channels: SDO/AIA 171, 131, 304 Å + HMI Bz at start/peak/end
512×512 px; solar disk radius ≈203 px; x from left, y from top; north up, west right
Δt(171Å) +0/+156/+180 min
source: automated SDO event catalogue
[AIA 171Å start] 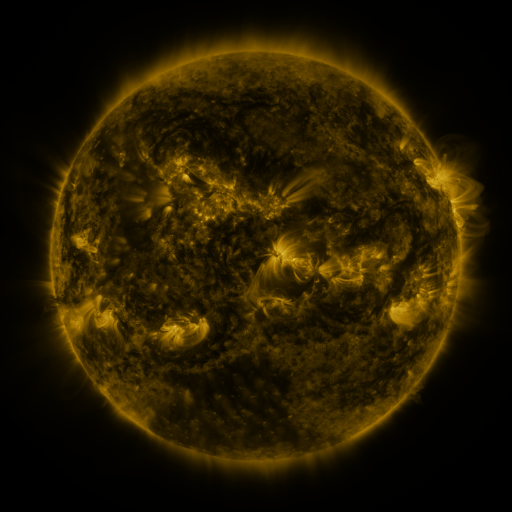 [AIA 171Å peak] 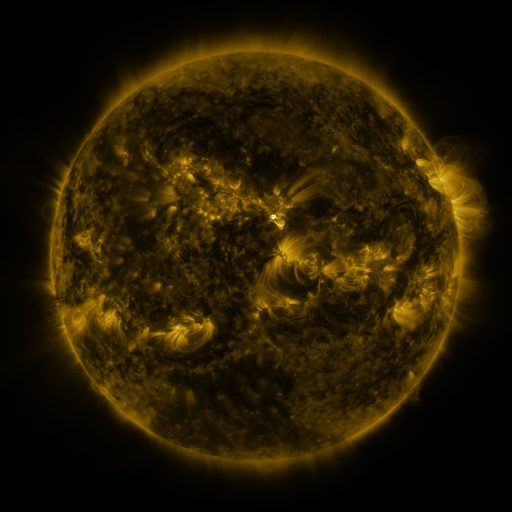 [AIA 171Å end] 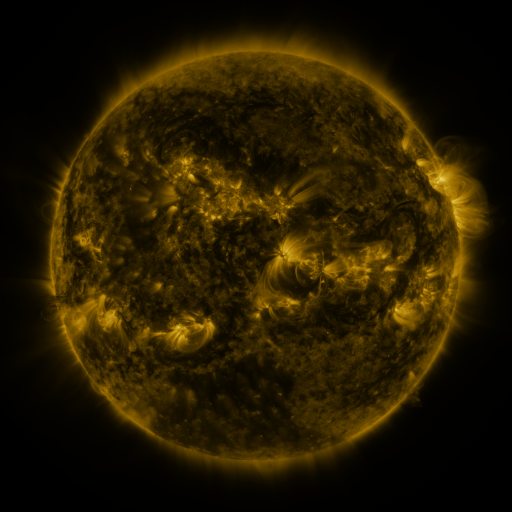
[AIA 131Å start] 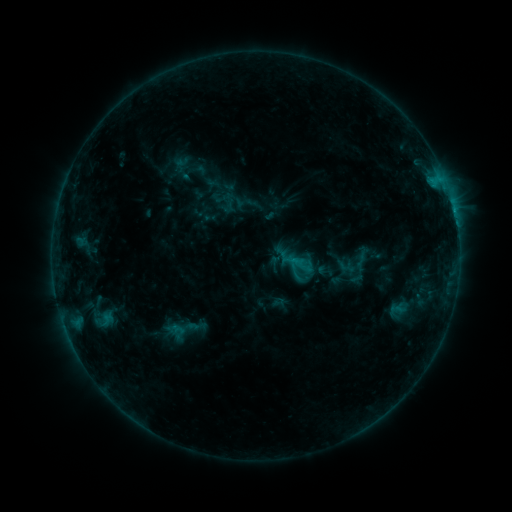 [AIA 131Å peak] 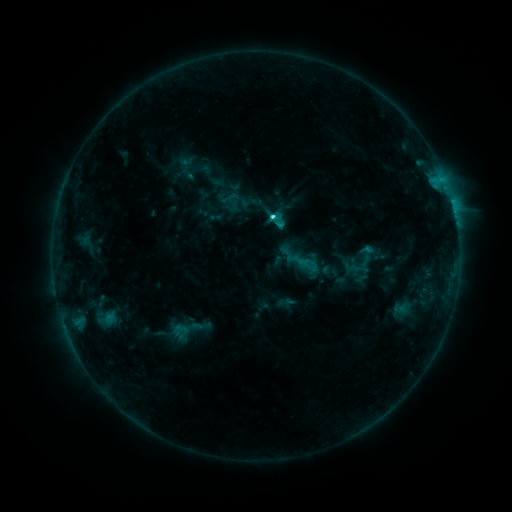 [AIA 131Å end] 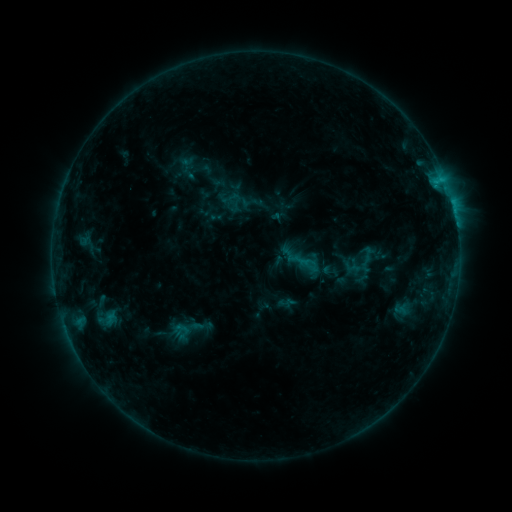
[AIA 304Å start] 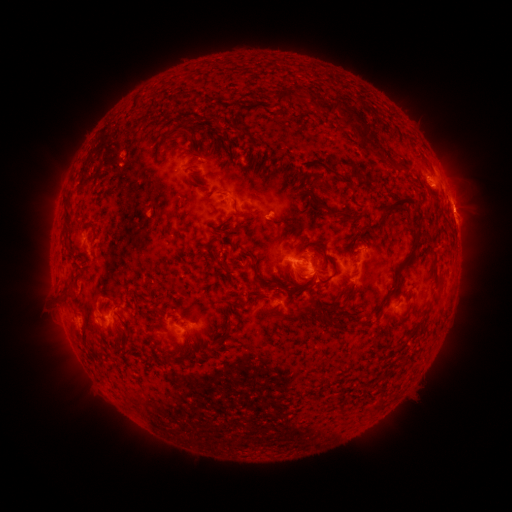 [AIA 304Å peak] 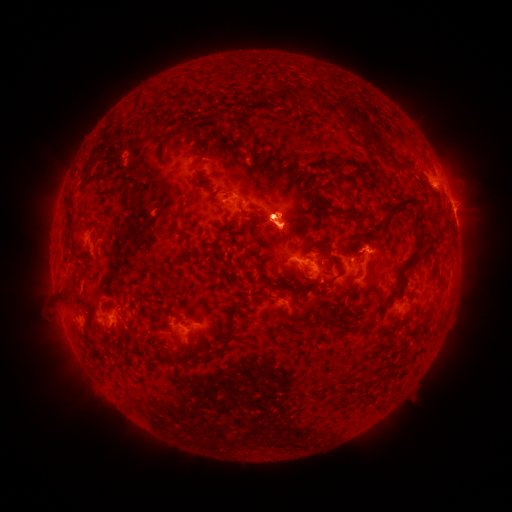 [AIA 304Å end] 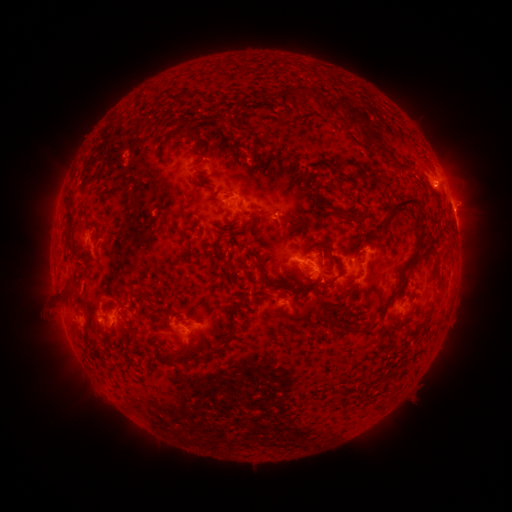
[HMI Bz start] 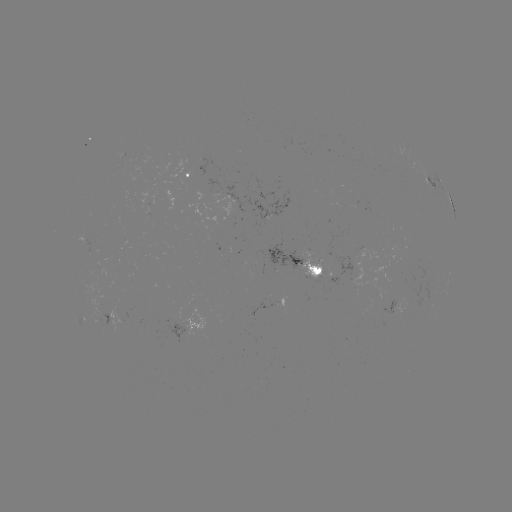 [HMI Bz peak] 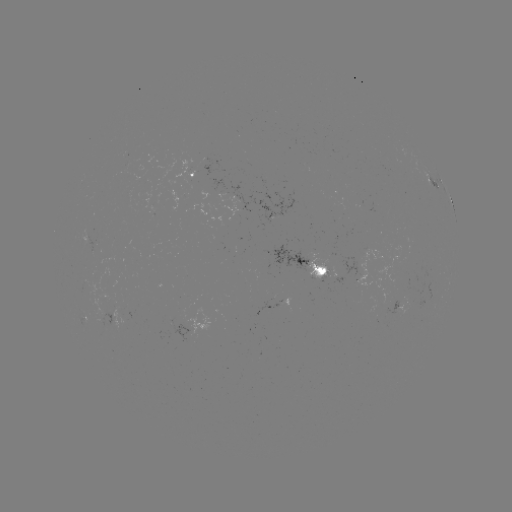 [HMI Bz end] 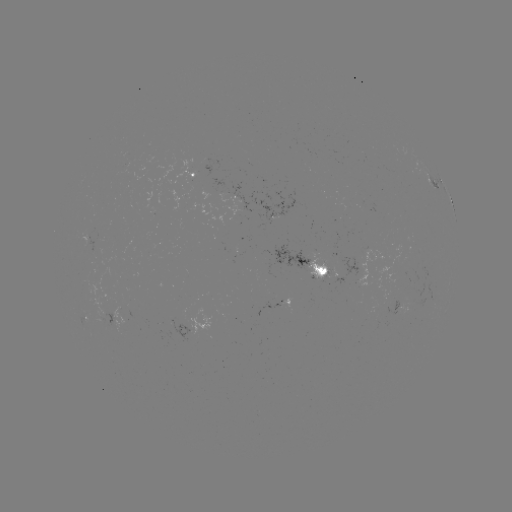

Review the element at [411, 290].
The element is emerging-flux region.